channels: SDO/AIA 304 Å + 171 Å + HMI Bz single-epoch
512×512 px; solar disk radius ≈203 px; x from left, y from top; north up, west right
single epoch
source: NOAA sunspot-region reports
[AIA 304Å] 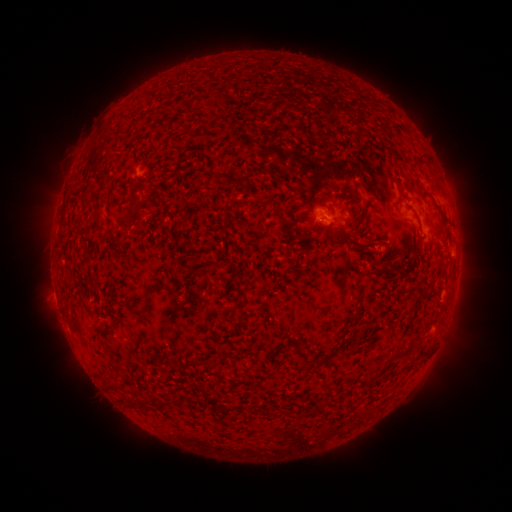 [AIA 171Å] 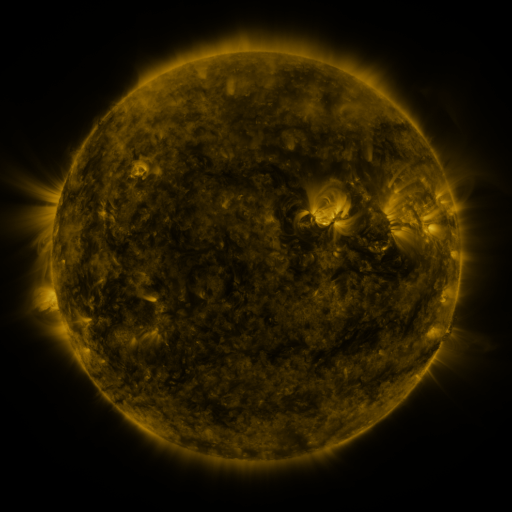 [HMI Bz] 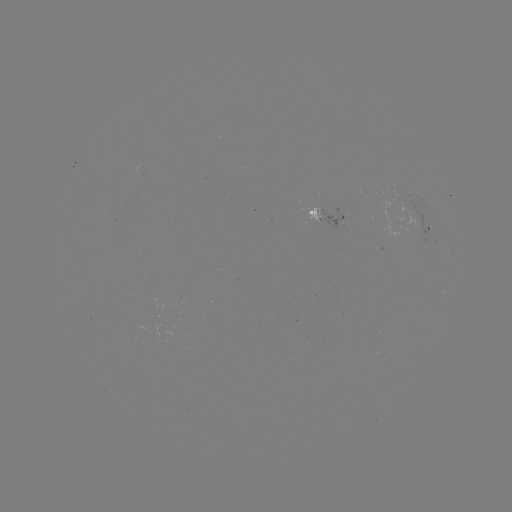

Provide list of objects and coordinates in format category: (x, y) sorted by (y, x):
spotted active region: (335, 212)
spotted active region: (431, 229)
